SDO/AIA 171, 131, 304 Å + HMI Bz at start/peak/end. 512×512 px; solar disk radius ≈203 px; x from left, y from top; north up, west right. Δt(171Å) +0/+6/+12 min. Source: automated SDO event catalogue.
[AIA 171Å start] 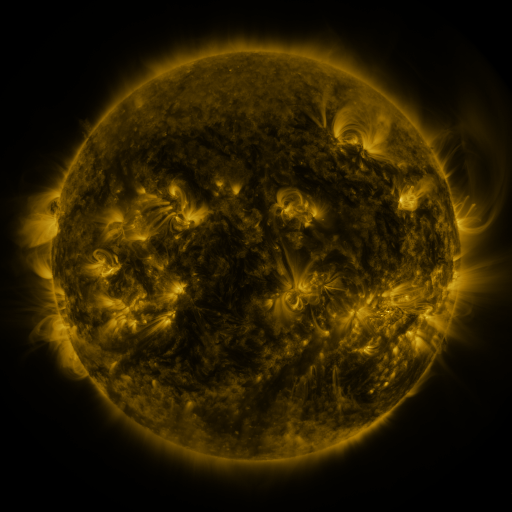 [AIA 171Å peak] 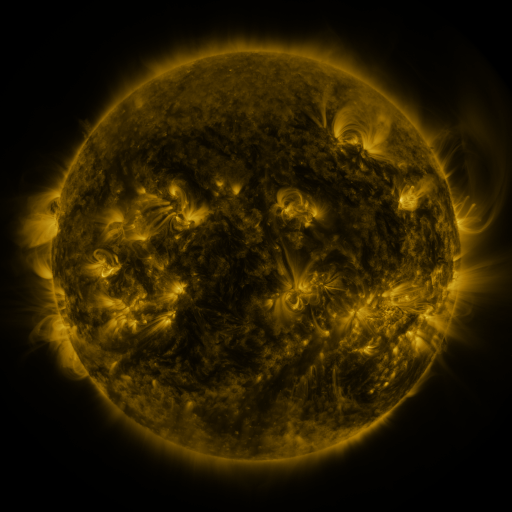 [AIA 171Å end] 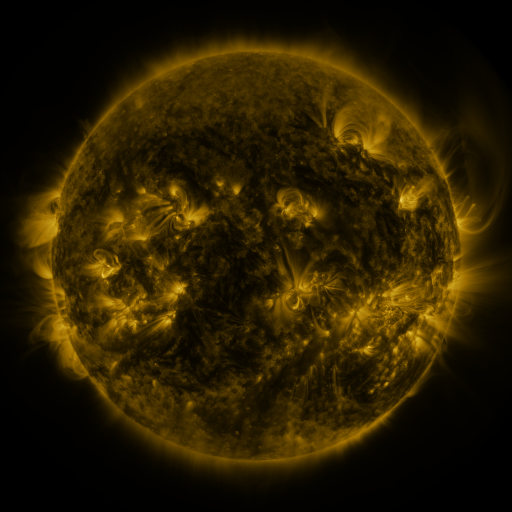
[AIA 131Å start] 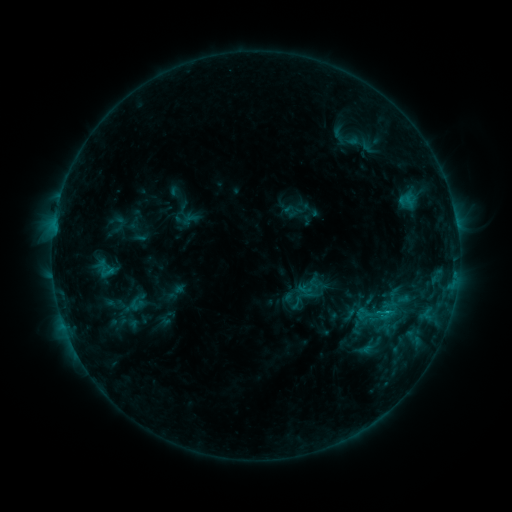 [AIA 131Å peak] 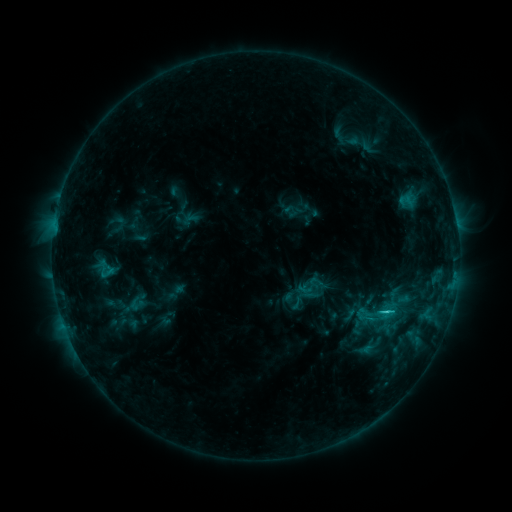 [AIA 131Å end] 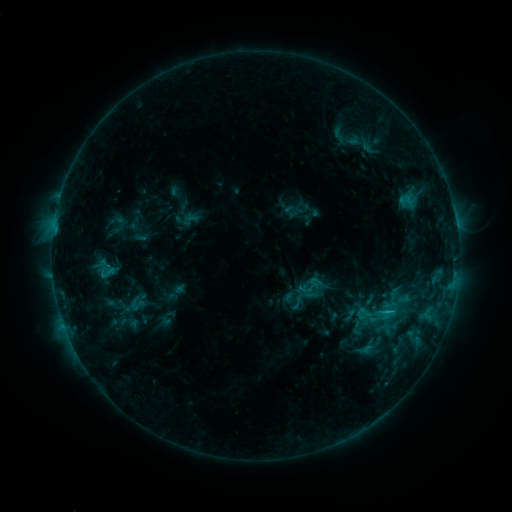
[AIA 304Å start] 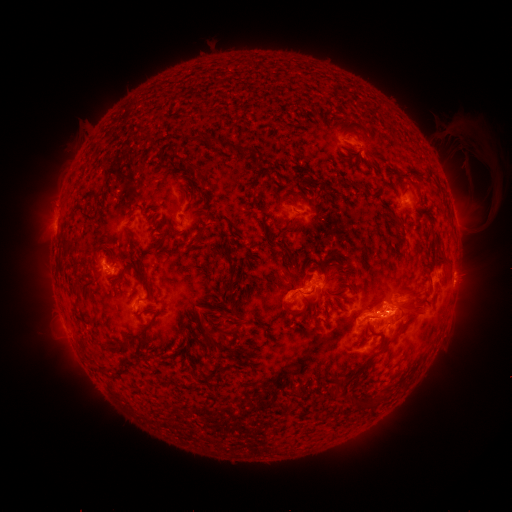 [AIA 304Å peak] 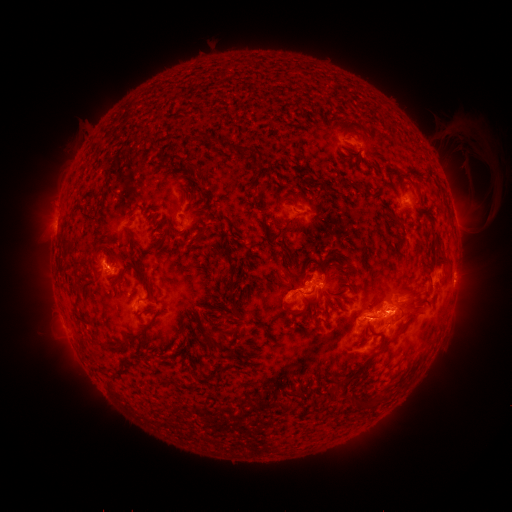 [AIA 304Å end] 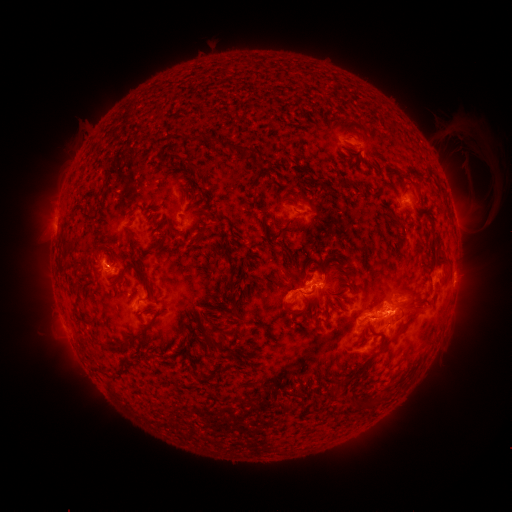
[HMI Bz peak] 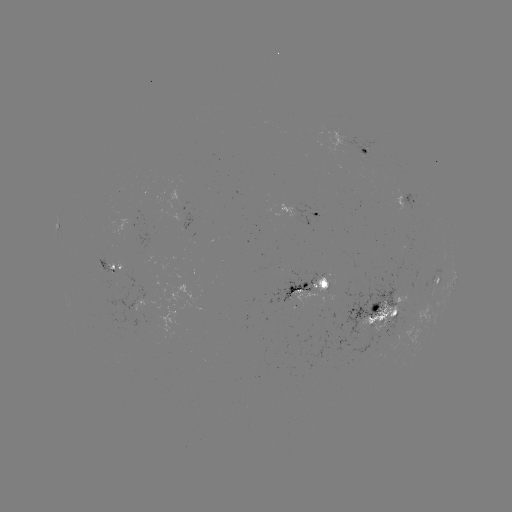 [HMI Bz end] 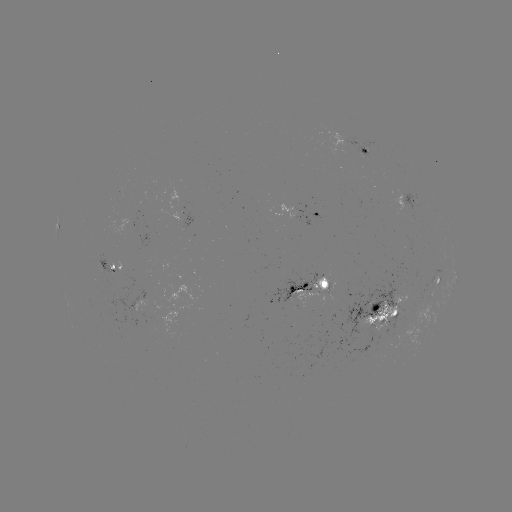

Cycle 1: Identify C2.0 flare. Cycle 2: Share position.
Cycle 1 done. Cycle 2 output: (386, 311).